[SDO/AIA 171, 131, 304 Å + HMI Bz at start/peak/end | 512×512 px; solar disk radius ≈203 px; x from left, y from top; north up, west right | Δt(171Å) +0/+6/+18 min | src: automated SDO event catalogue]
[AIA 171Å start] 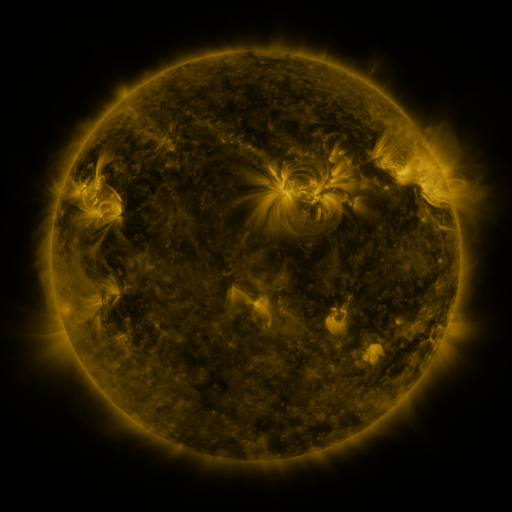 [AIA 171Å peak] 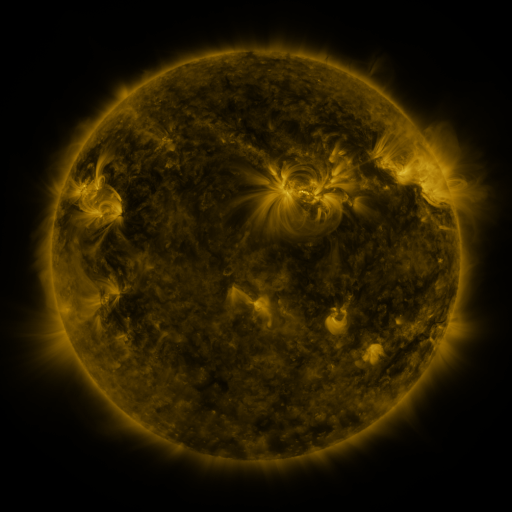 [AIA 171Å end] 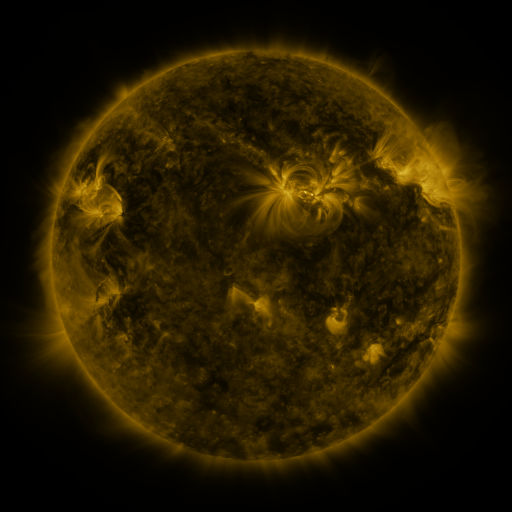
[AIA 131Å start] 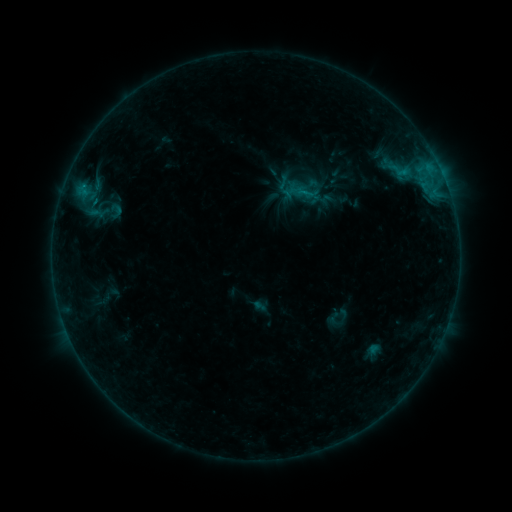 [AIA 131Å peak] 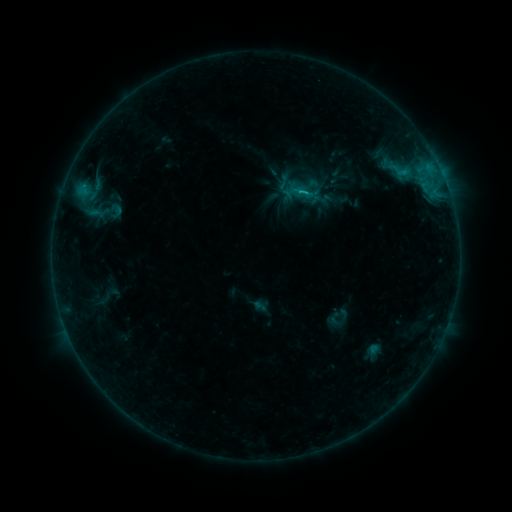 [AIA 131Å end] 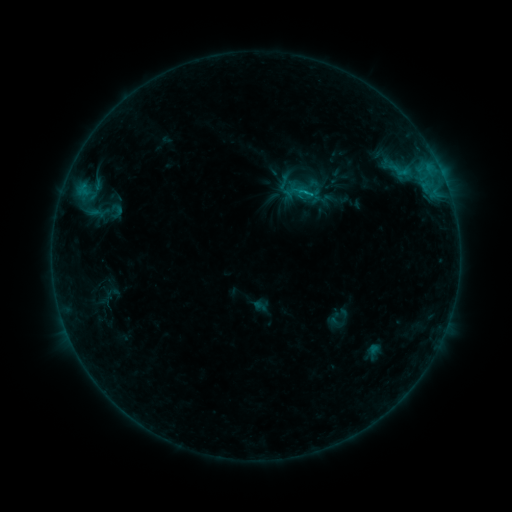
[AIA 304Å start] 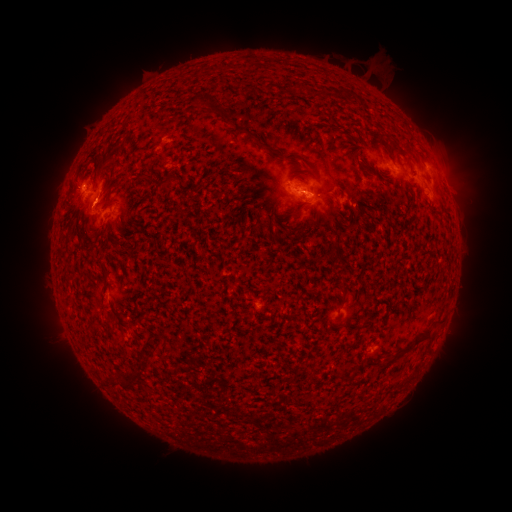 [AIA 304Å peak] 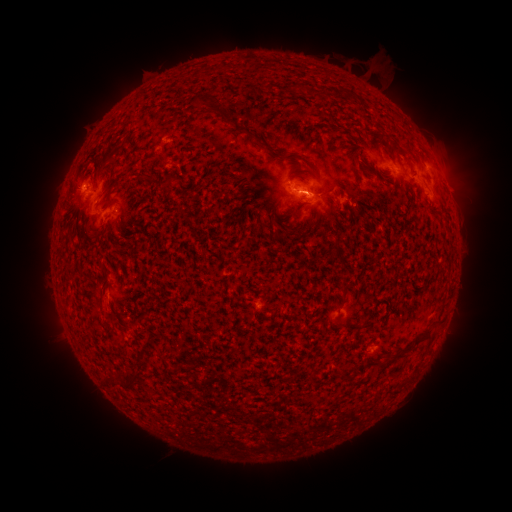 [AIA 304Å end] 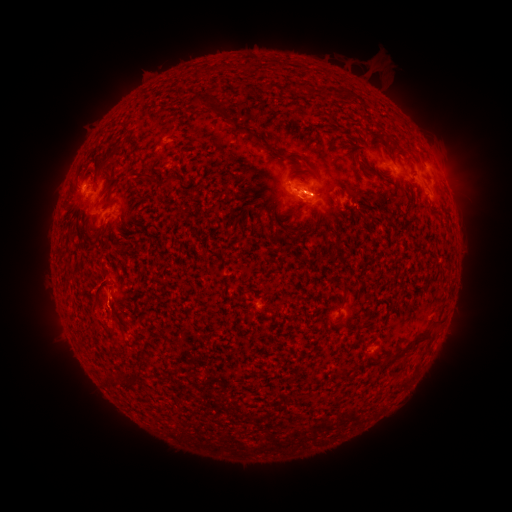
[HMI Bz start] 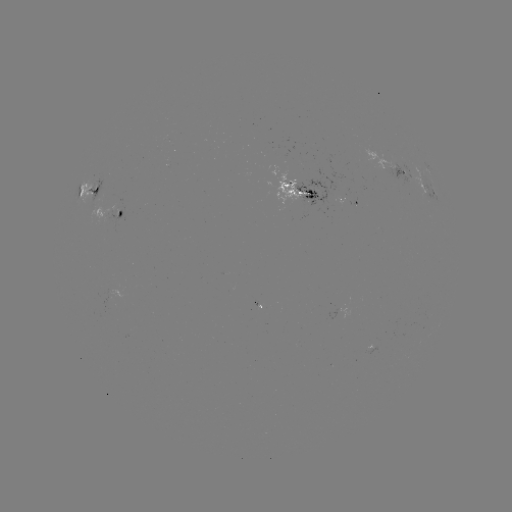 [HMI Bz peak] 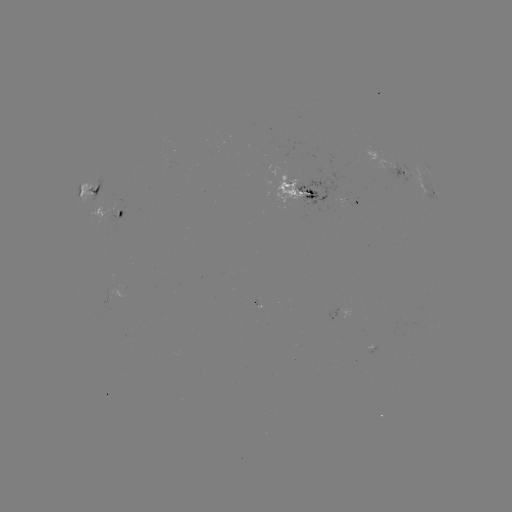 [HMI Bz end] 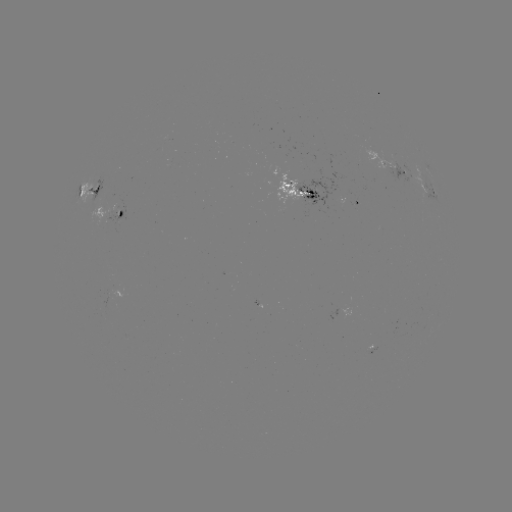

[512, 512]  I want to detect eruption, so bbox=[68, 263, 144, 344].